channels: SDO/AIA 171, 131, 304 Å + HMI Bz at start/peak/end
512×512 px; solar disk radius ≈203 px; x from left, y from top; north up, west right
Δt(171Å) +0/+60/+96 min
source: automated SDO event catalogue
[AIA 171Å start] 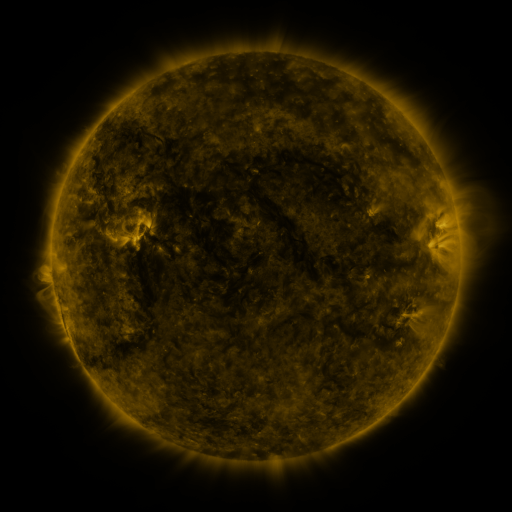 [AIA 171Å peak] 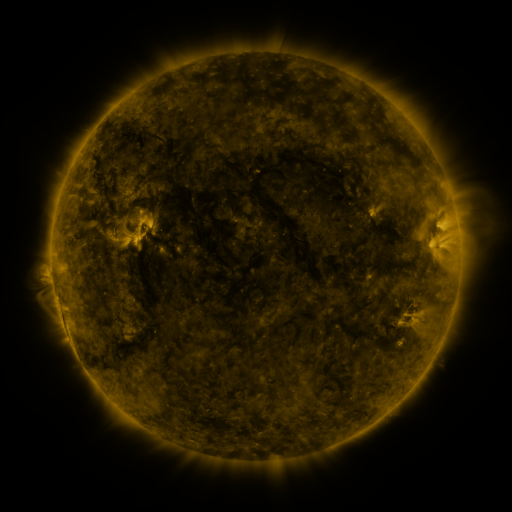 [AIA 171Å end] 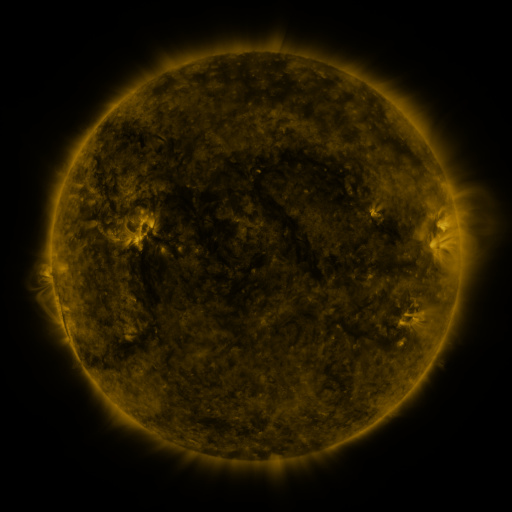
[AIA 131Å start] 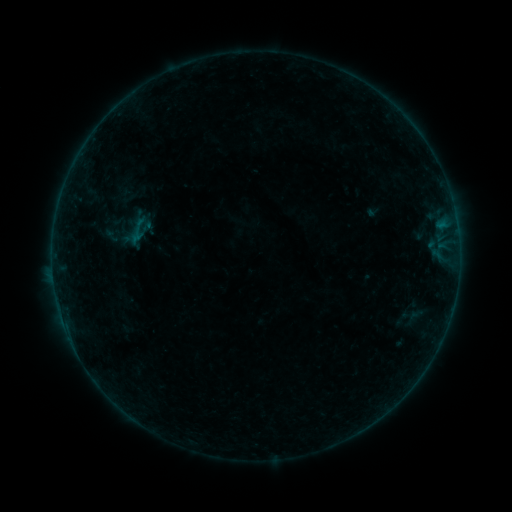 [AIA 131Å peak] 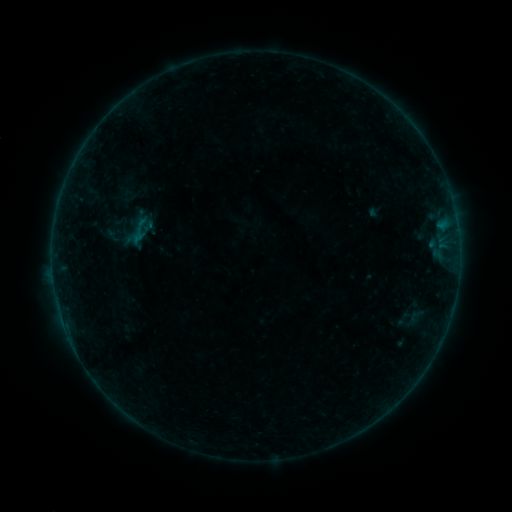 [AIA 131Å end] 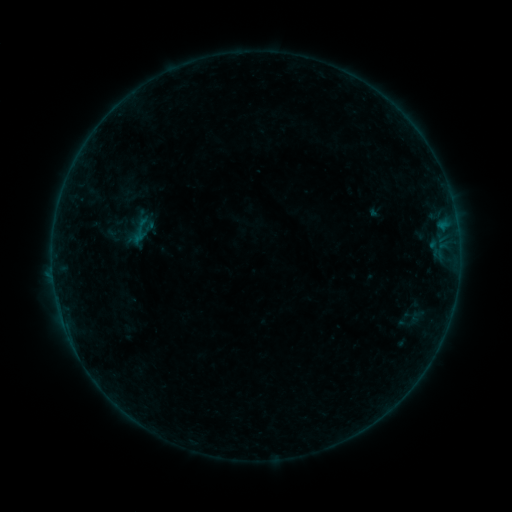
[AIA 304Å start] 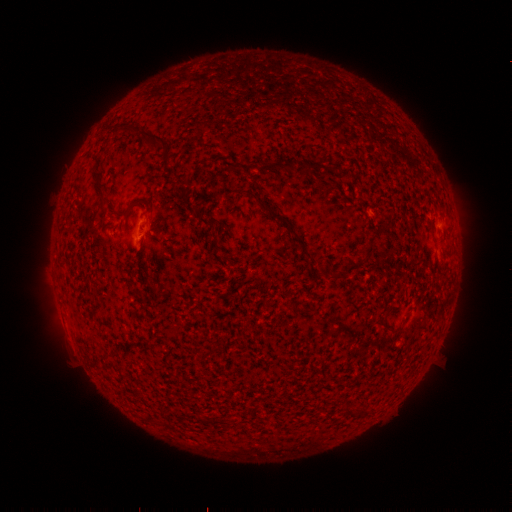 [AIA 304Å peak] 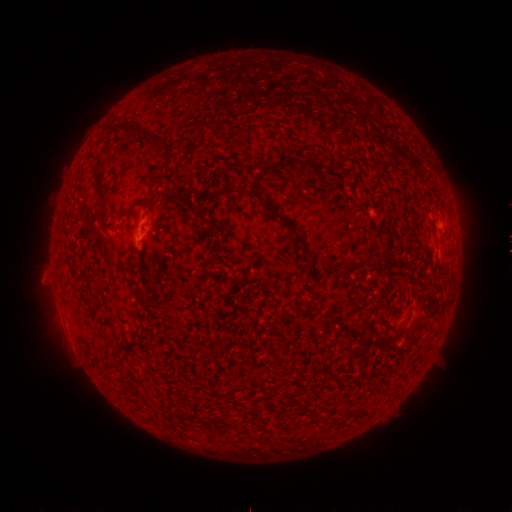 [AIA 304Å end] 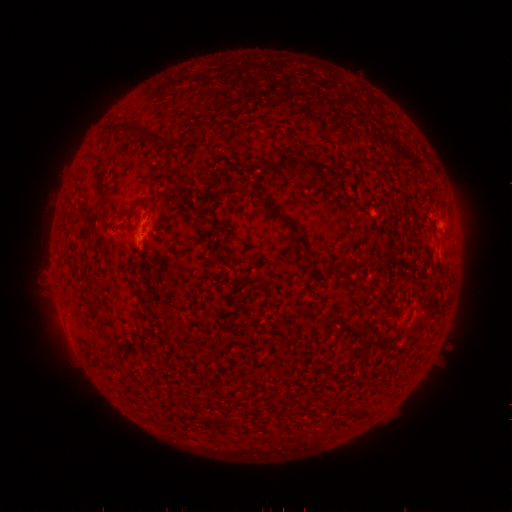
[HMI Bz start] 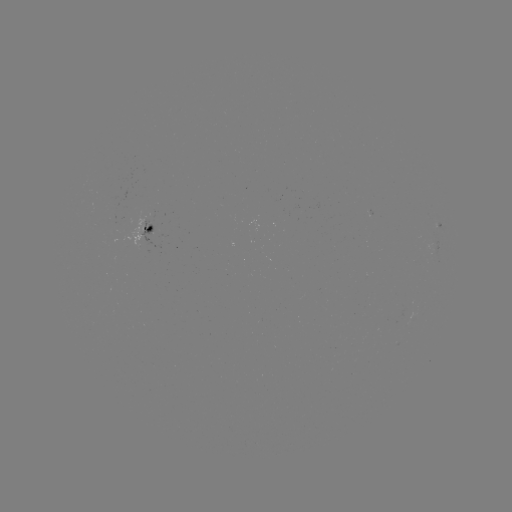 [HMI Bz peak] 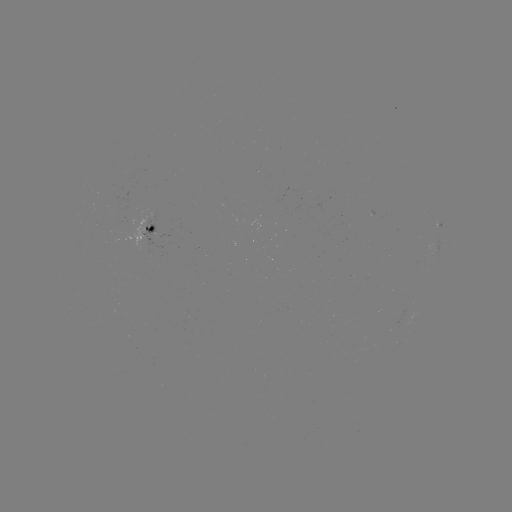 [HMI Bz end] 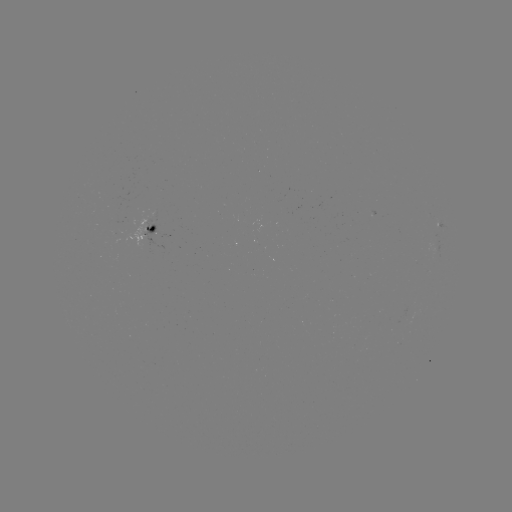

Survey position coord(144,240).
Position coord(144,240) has emerging-flux region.